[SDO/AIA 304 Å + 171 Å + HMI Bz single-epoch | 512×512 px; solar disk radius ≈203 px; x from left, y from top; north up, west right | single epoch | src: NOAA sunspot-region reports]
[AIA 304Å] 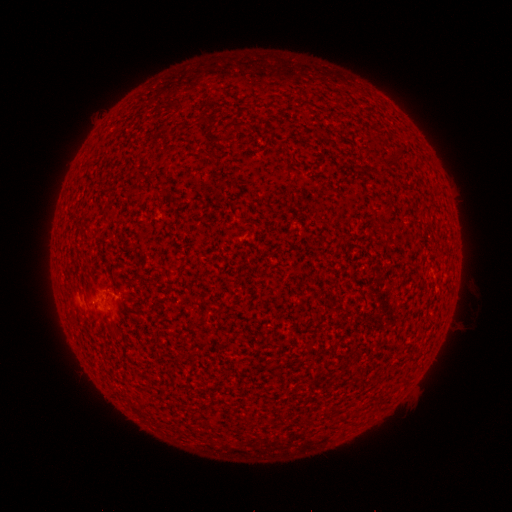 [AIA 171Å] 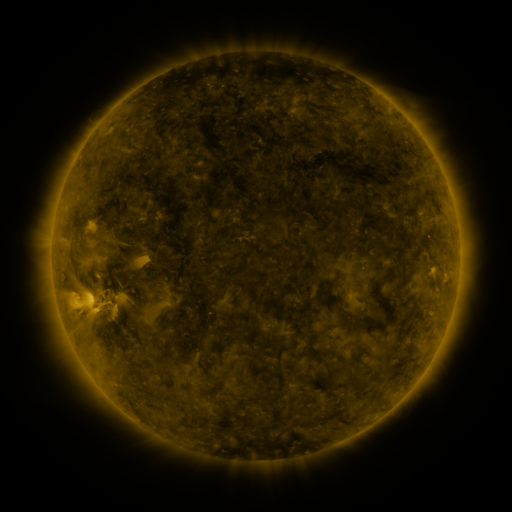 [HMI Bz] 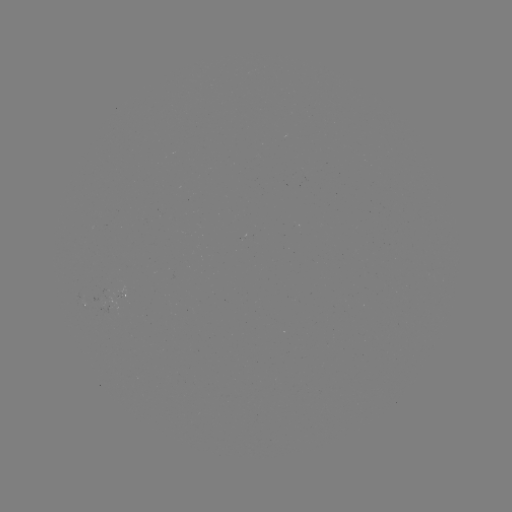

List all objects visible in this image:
spotted active region: (126, 300)
spotted active region: (84, 301)
